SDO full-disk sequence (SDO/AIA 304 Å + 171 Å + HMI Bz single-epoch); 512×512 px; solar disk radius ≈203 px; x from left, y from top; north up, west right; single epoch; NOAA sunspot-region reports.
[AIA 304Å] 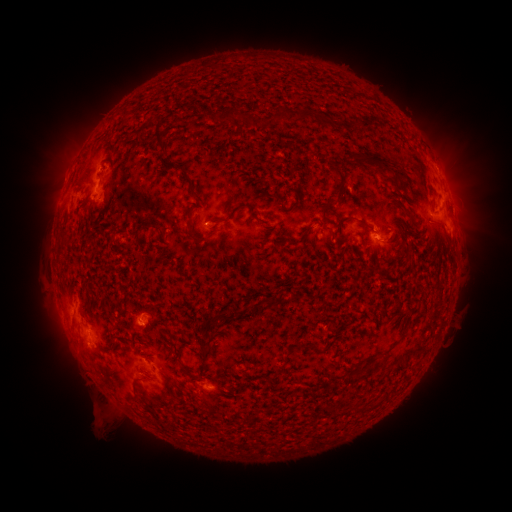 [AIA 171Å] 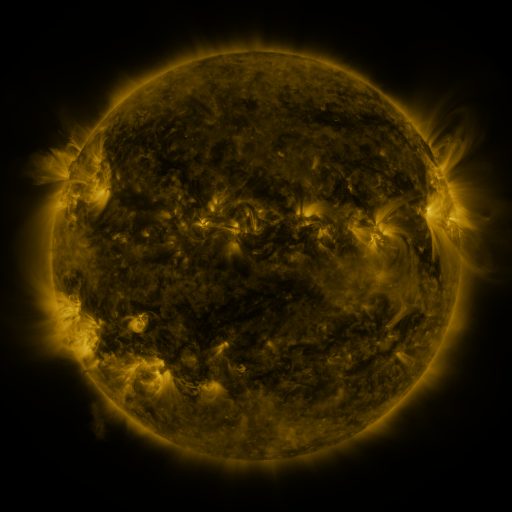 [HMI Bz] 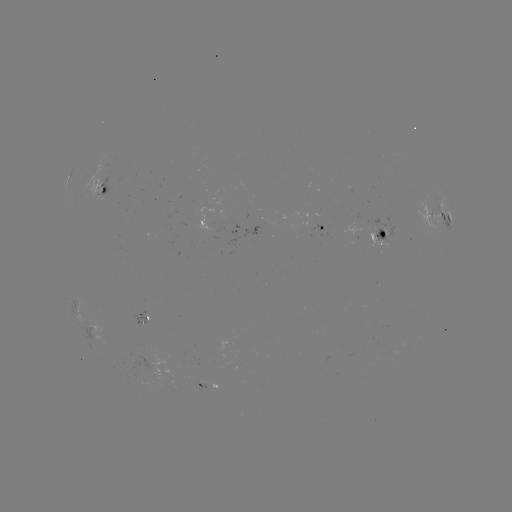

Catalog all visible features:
spotted active region: (103, 185)
spotted active region: (441, 218)
spotted active region: (323, 228)
spotted active region: (238, 233)
spotted active region: (373, 235)
spotted active region: (208, 385)
